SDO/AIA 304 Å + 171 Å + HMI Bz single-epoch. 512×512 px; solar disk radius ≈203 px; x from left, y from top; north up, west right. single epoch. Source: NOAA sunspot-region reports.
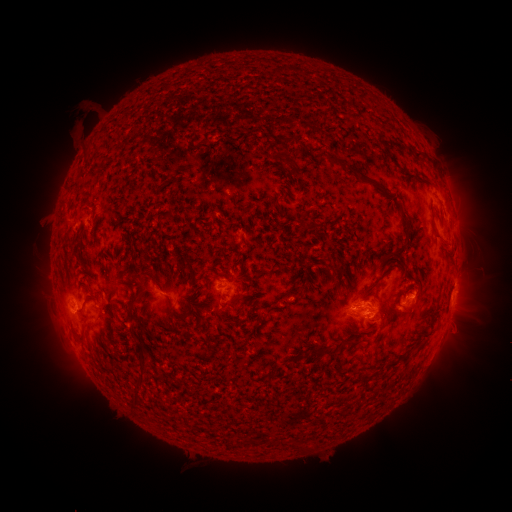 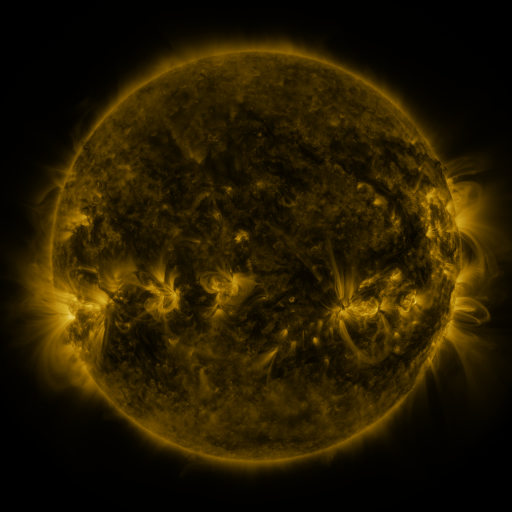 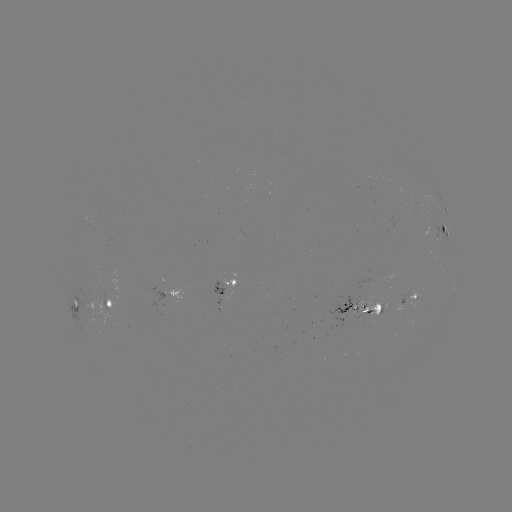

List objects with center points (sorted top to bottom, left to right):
spotted active region: (447, 208)
spotted active region: (446, 229)
spotted active region: (241, 235)
spotted active region: (228, 289)
spotted active region: (171, 293)
spotted active region: (414, 298)
spotted active region: (109, 304)
spotted active region: (77, 306)
spotted active region: (359, 310)
